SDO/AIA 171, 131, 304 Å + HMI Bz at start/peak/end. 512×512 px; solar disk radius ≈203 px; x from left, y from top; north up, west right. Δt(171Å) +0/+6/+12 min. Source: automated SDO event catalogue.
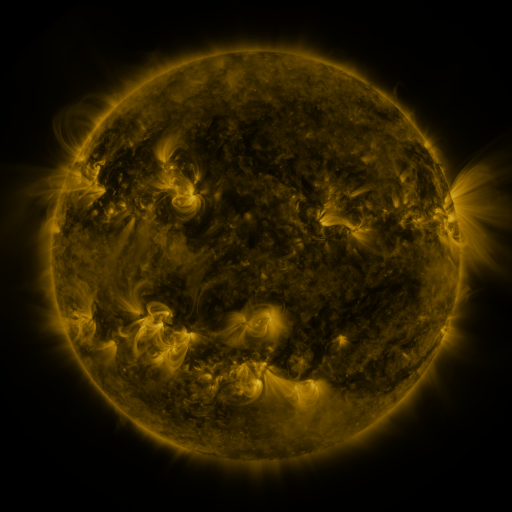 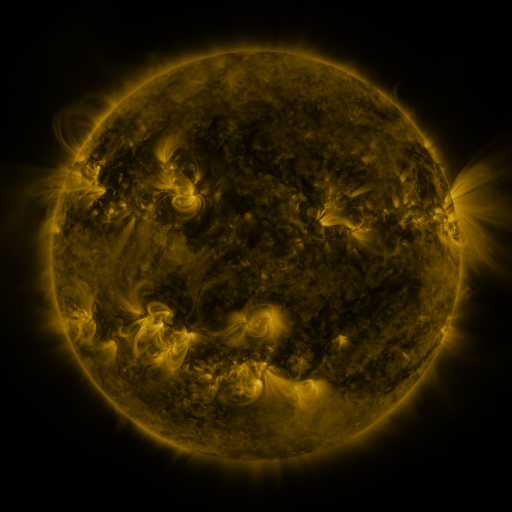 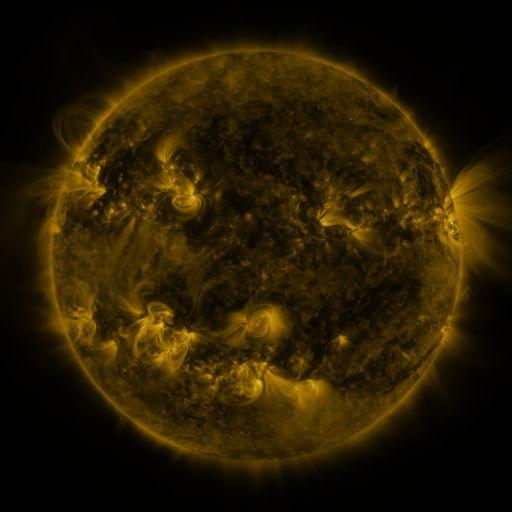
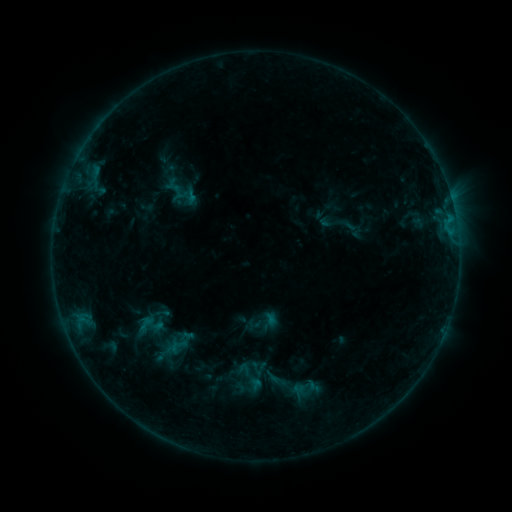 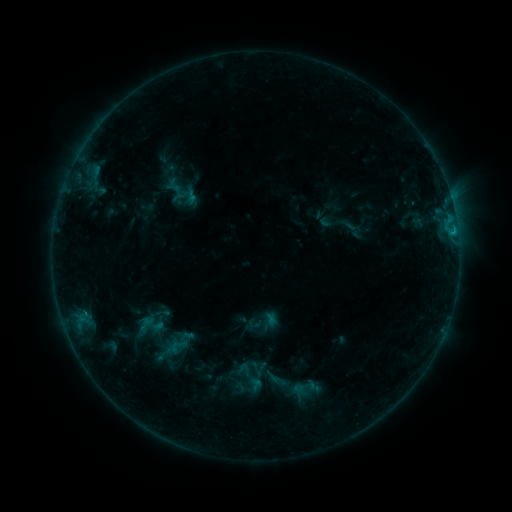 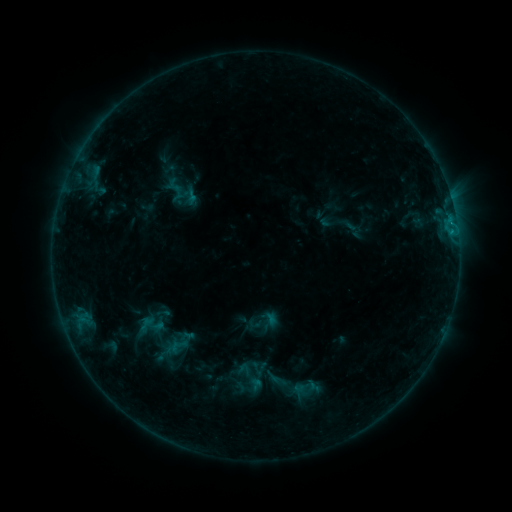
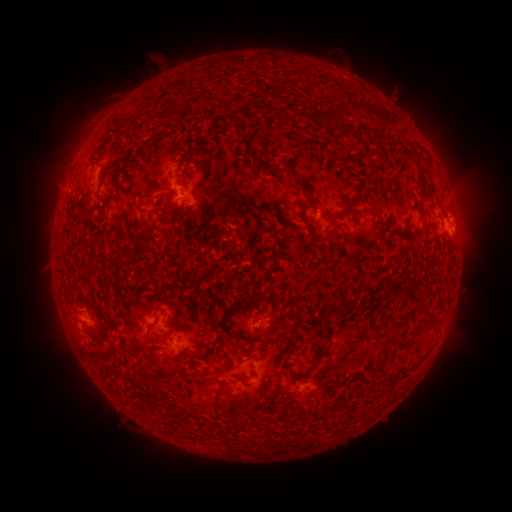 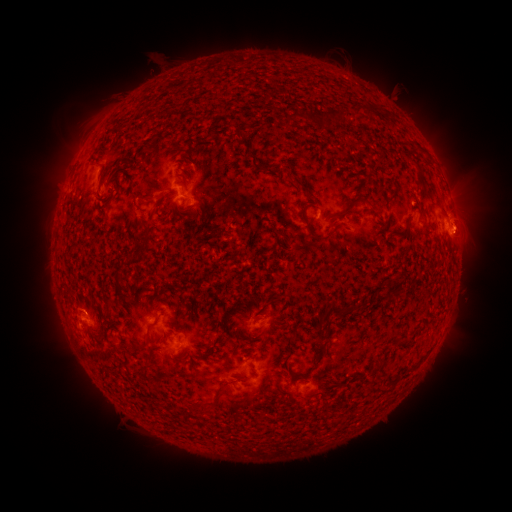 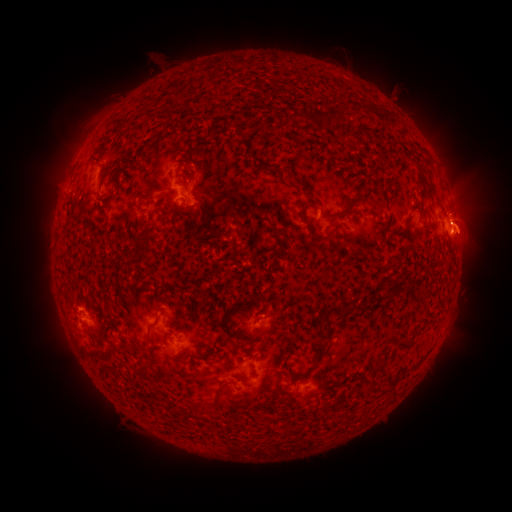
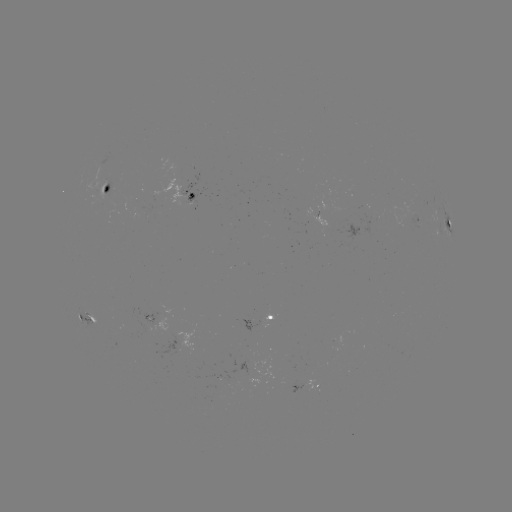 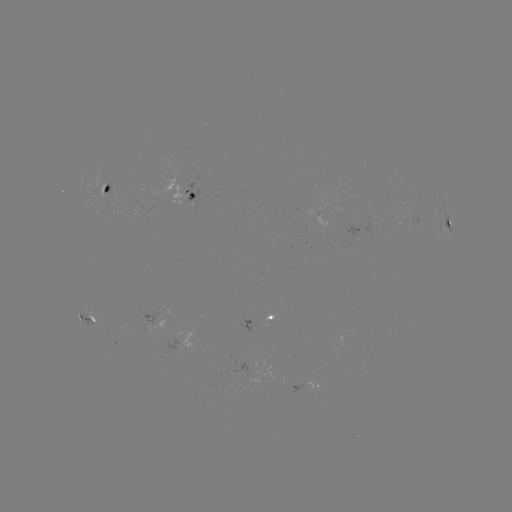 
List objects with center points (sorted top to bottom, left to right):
eruption: (469, 228)
